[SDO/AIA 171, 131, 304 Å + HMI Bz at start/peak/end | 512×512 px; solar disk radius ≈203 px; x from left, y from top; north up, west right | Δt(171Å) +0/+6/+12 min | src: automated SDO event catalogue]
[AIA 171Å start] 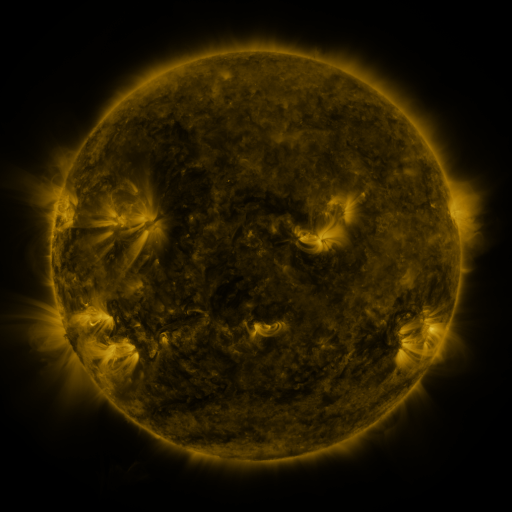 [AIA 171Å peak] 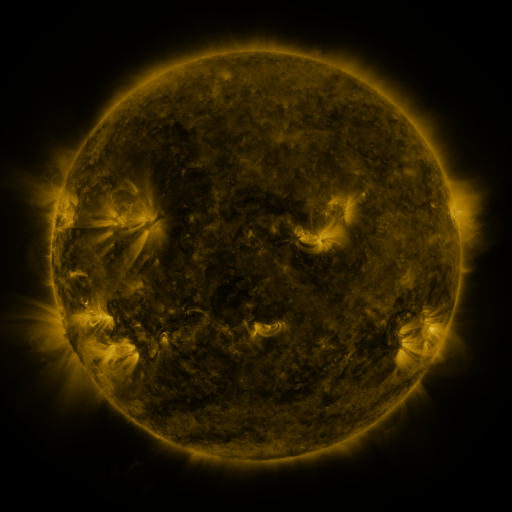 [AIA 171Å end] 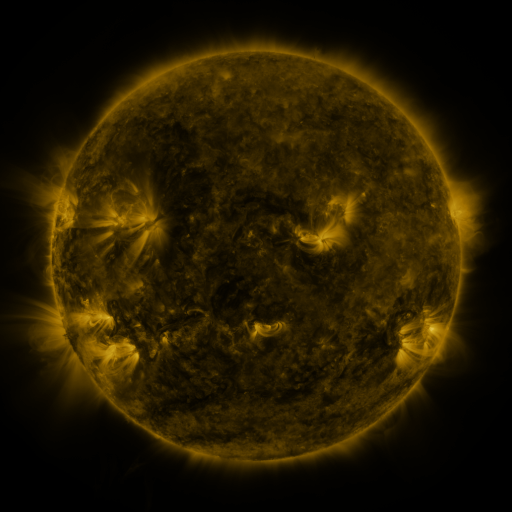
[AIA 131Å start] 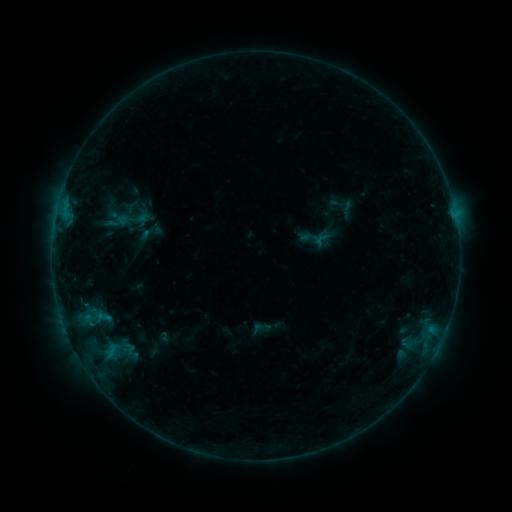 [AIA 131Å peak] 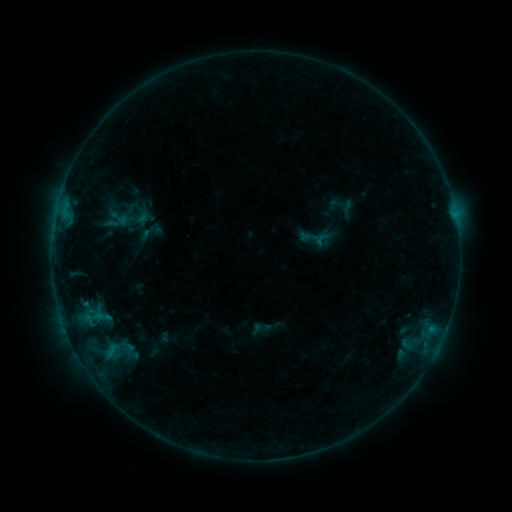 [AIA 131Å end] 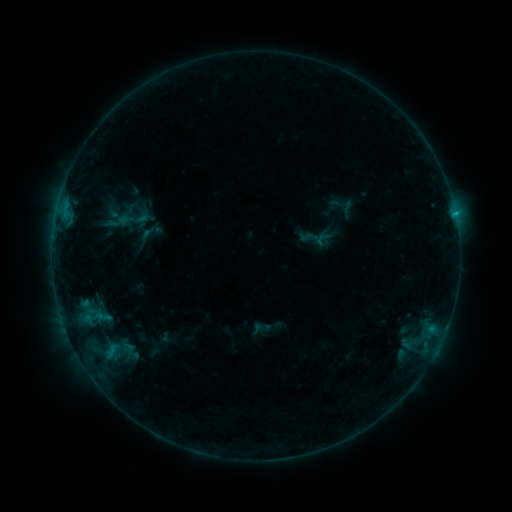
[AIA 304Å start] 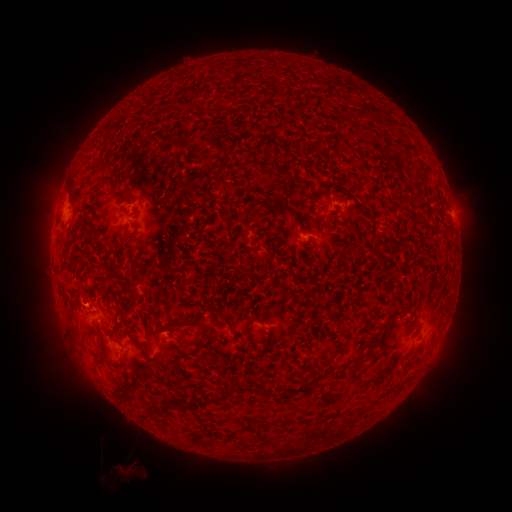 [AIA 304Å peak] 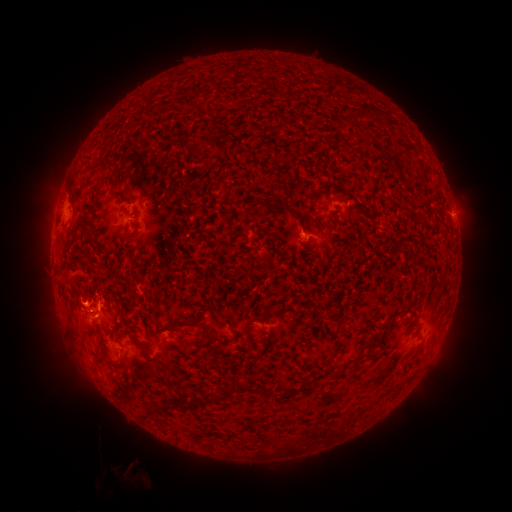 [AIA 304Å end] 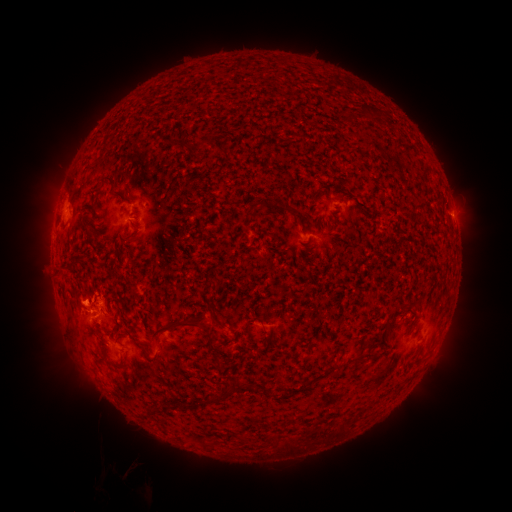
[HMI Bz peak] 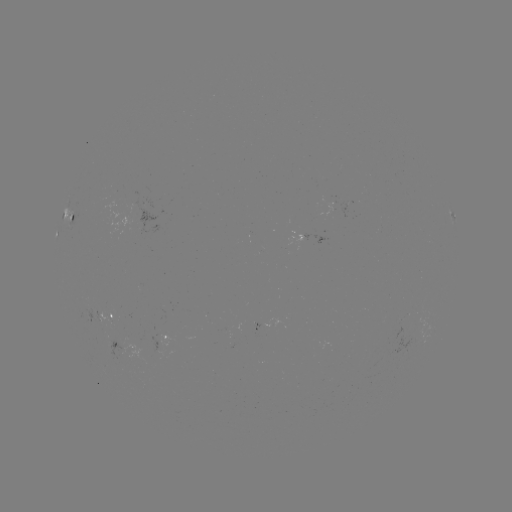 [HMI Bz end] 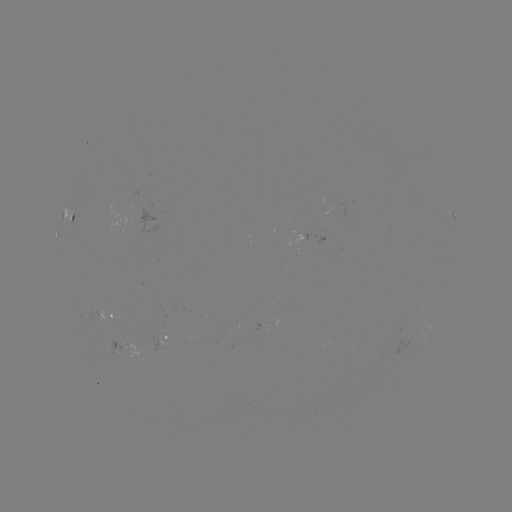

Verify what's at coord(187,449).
eruption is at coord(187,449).